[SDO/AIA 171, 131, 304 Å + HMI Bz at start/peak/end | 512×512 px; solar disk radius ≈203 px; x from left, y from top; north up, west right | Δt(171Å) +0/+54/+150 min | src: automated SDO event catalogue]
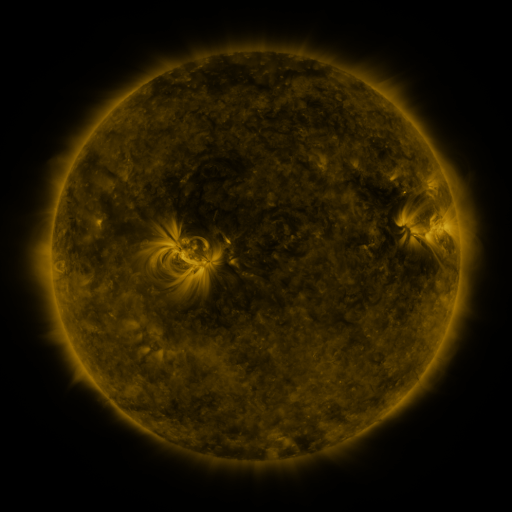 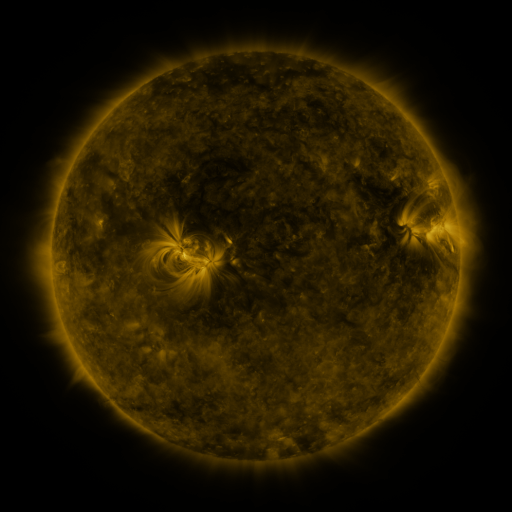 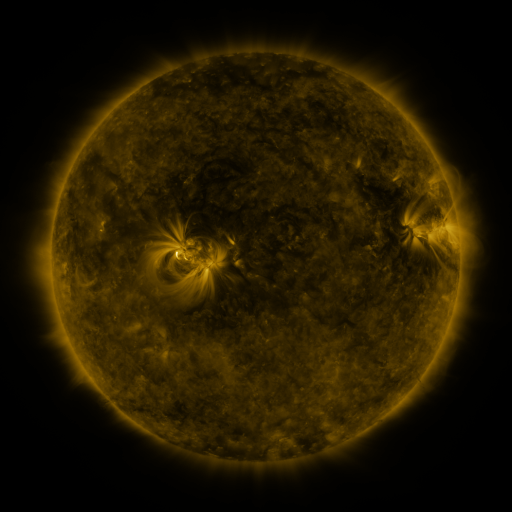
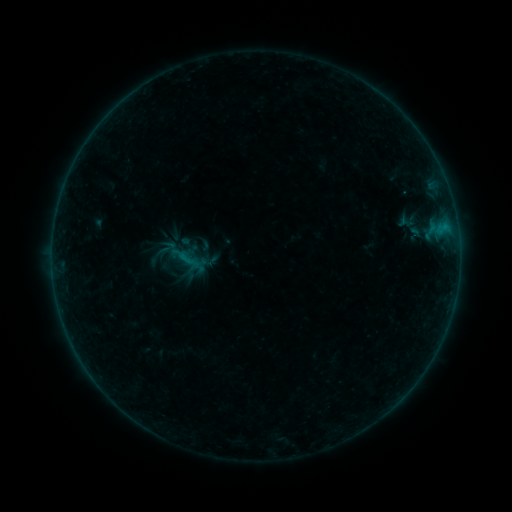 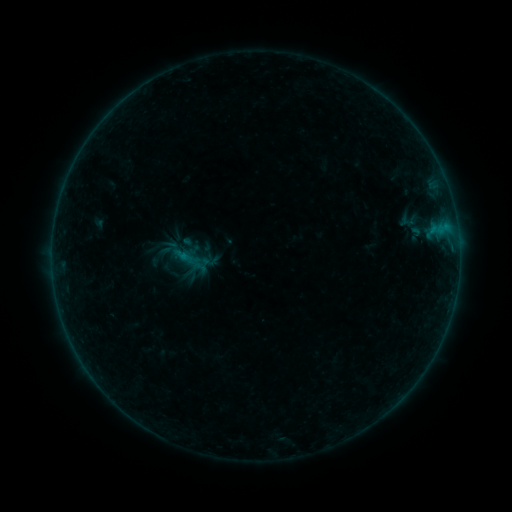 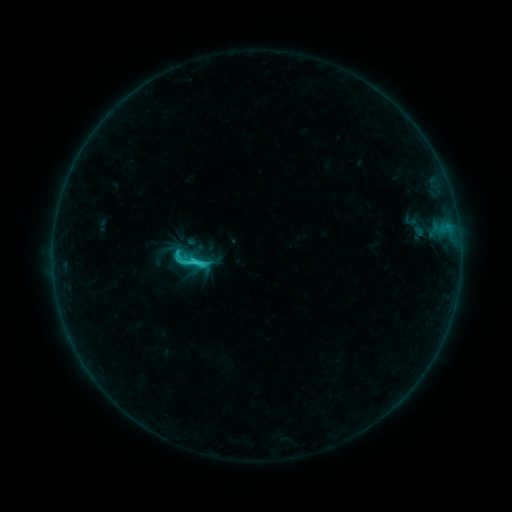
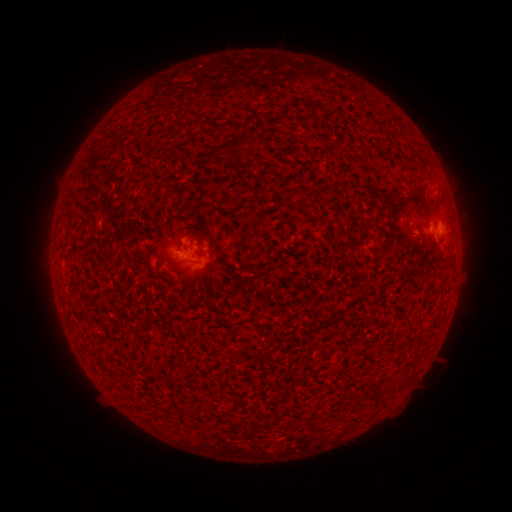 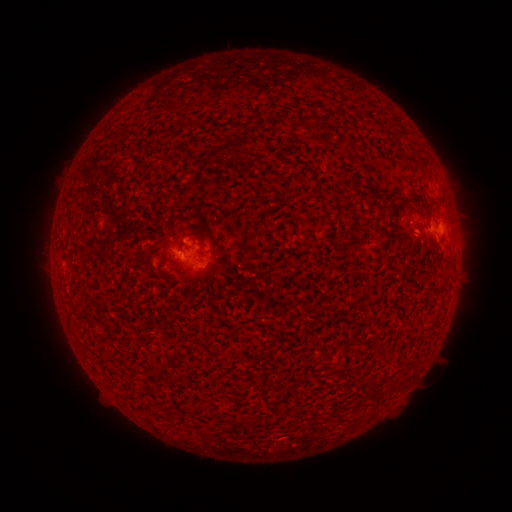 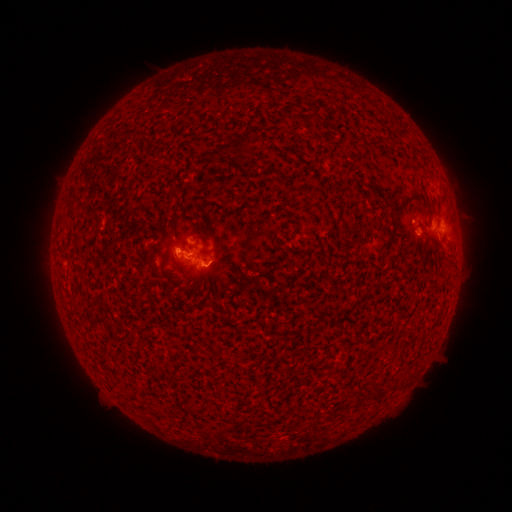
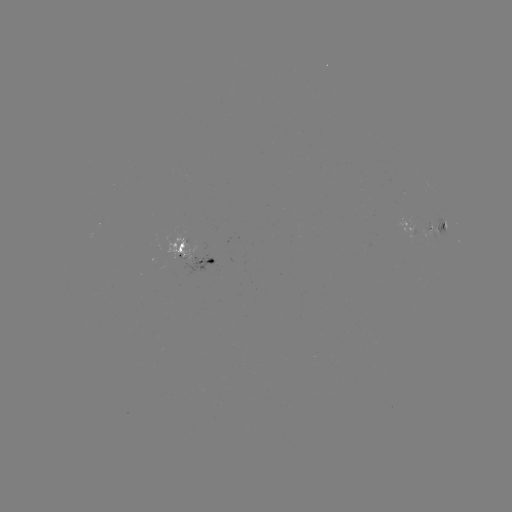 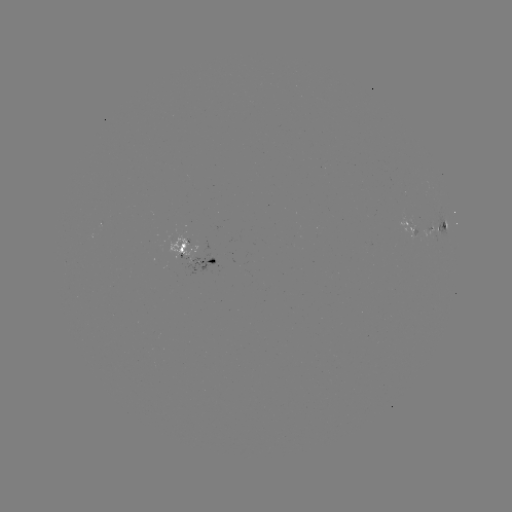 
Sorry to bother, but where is emerging-flux region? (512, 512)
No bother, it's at [410, 227].